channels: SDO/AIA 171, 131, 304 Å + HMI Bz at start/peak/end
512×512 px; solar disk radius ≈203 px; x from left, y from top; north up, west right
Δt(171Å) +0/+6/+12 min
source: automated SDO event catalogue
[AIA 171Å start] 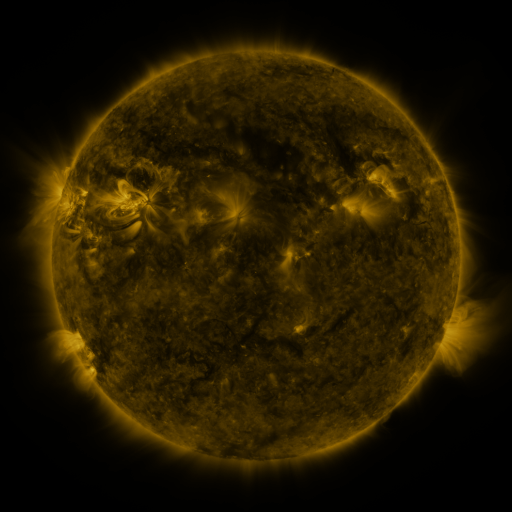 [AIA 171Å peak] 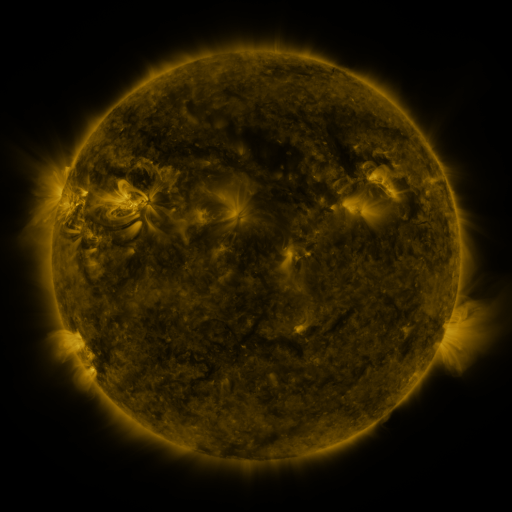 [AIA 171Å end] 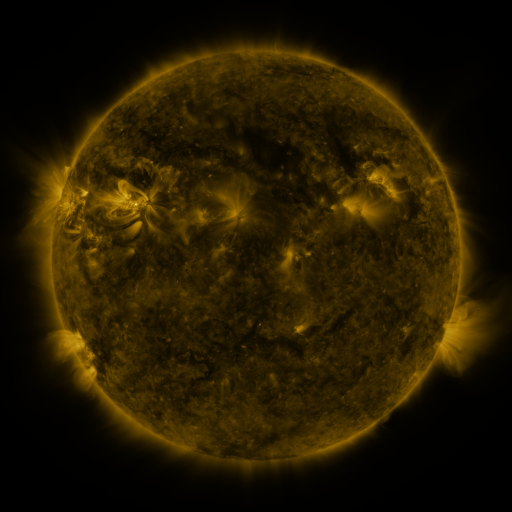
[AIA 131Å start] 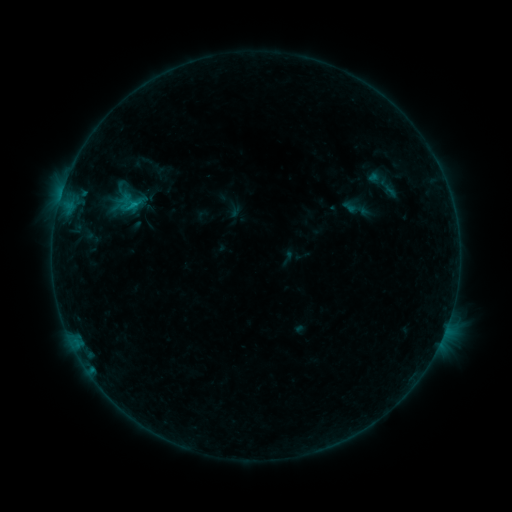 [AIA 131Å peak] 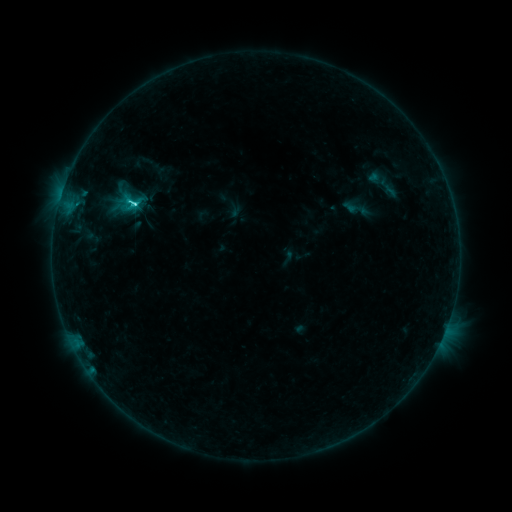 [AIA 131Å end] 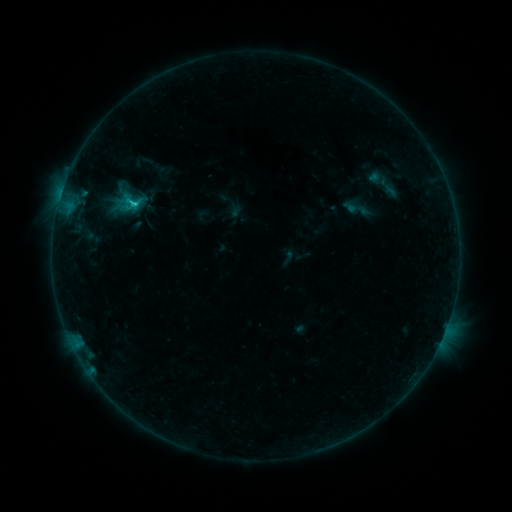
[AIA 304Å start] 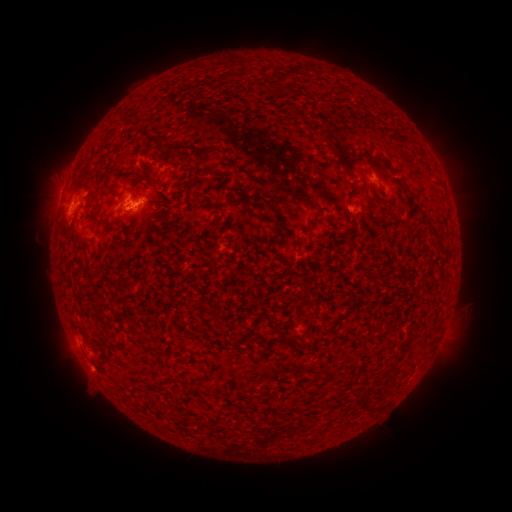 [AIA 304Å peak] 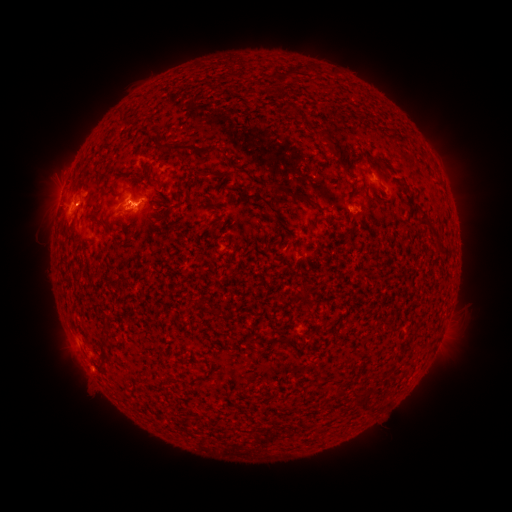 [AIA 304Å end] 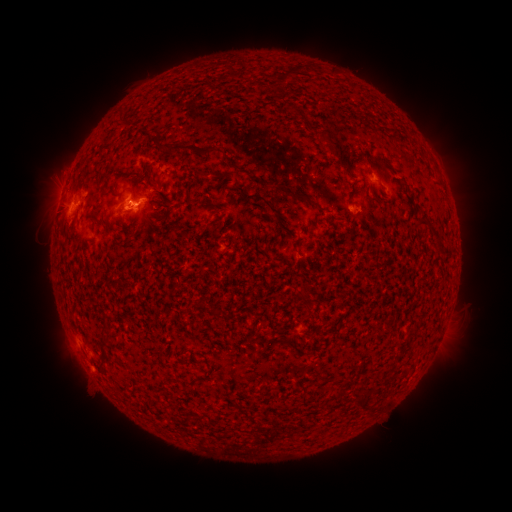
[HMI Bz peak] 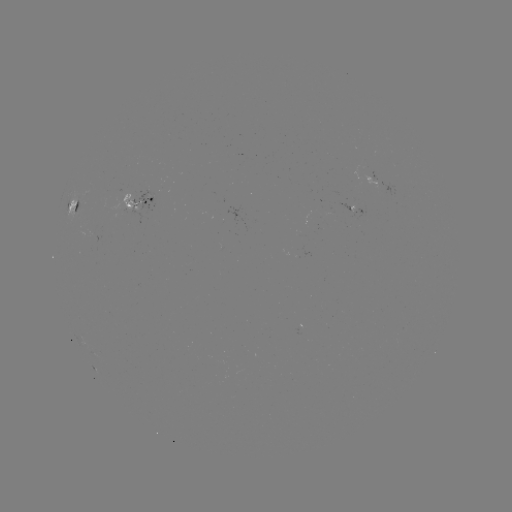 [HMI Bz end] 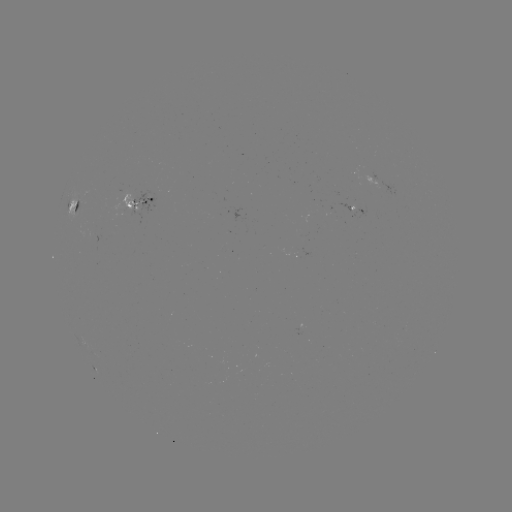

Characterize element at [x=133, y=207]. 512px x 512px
C2.0 flare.